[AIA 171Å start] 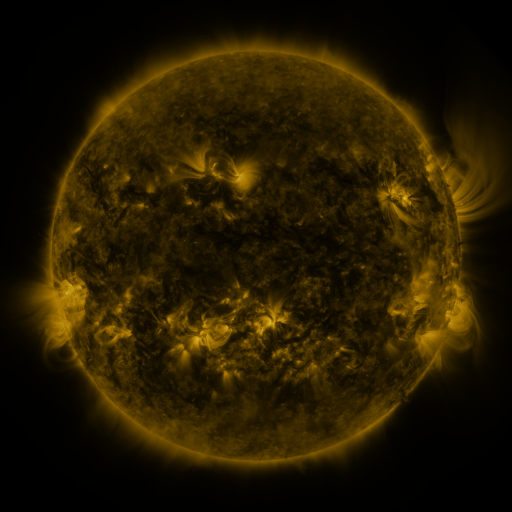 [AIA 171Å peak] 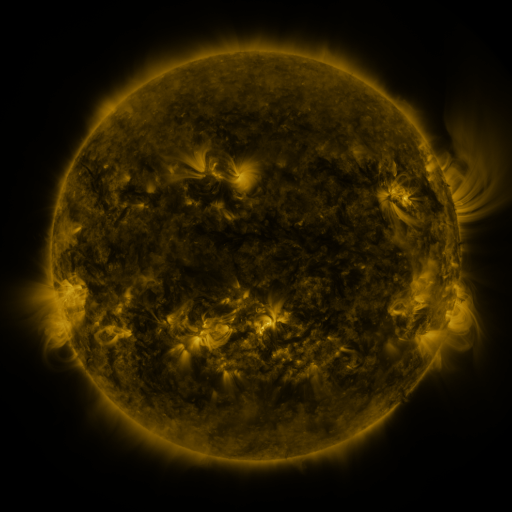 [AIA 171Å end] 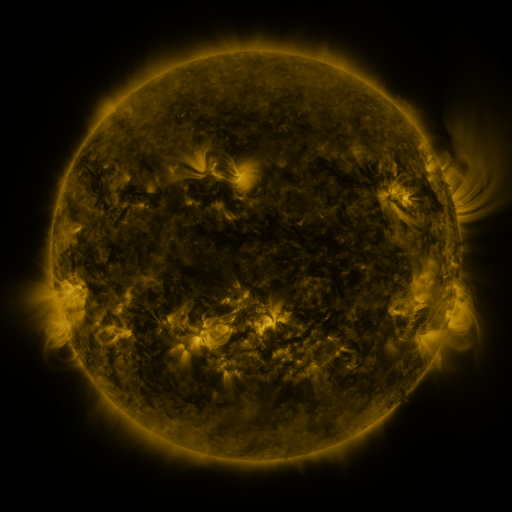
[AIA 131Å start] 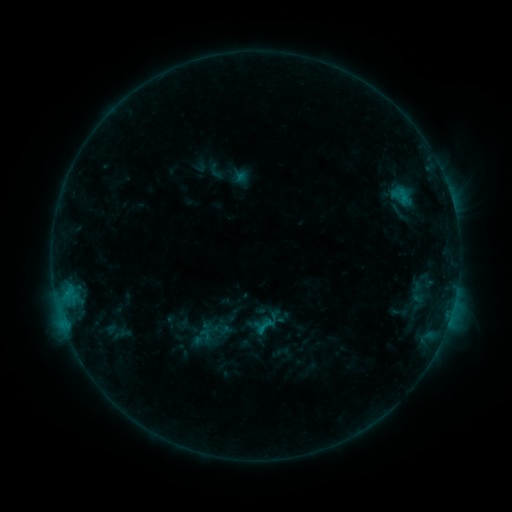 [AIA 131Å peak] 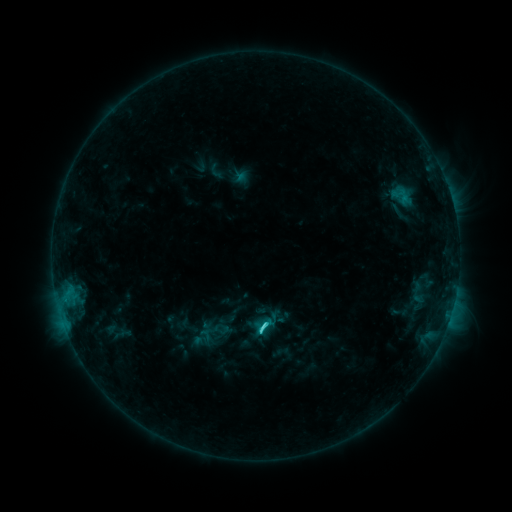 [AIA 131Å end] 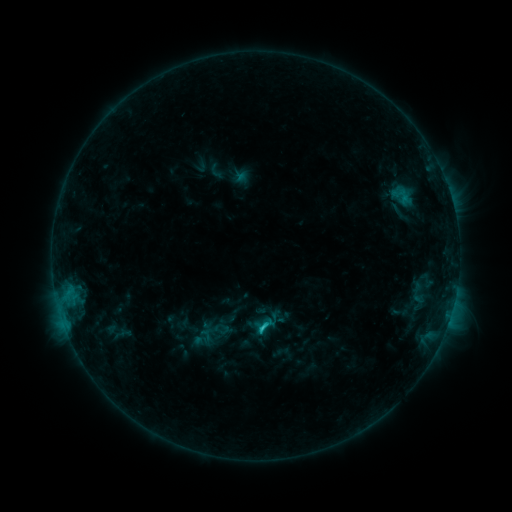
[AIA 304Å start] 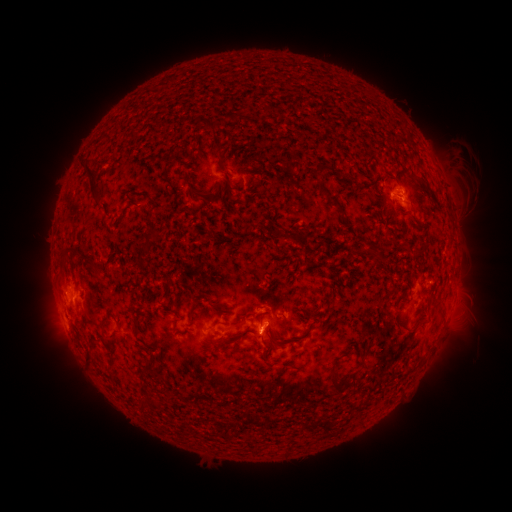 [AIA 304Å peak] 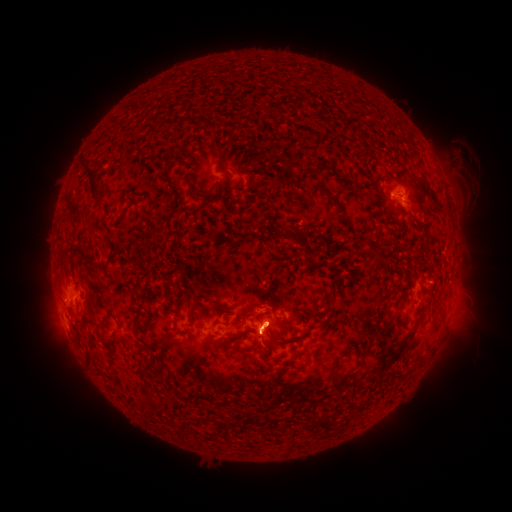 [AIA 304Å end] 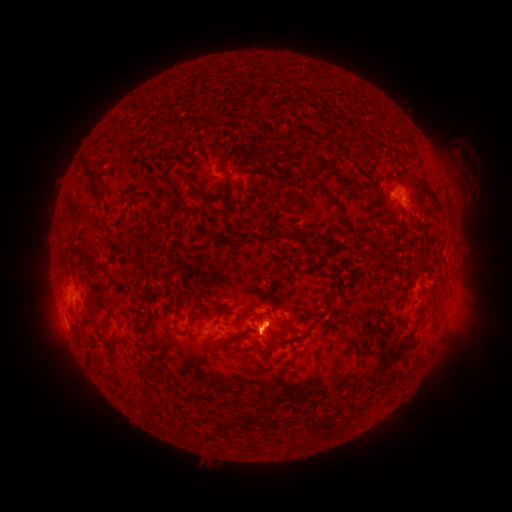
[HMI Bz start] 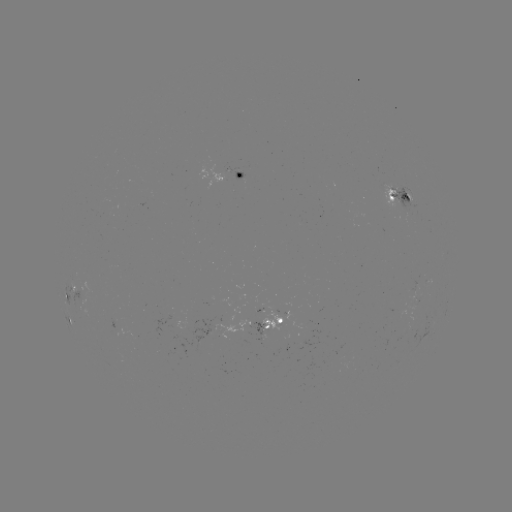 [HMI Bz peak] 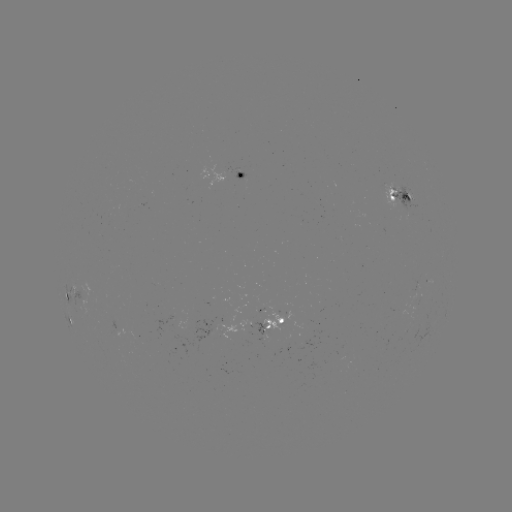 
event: flare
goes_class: C2.3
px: (262, 326)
